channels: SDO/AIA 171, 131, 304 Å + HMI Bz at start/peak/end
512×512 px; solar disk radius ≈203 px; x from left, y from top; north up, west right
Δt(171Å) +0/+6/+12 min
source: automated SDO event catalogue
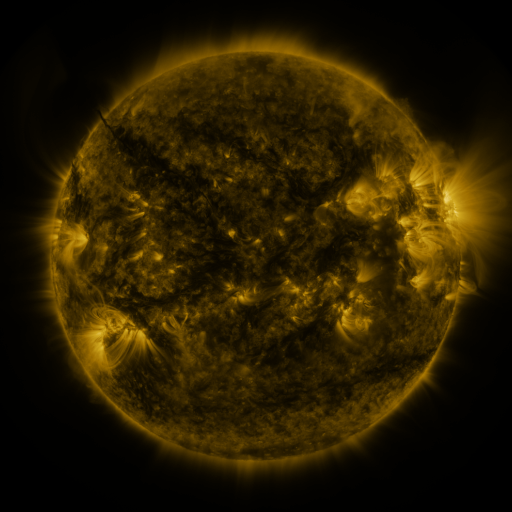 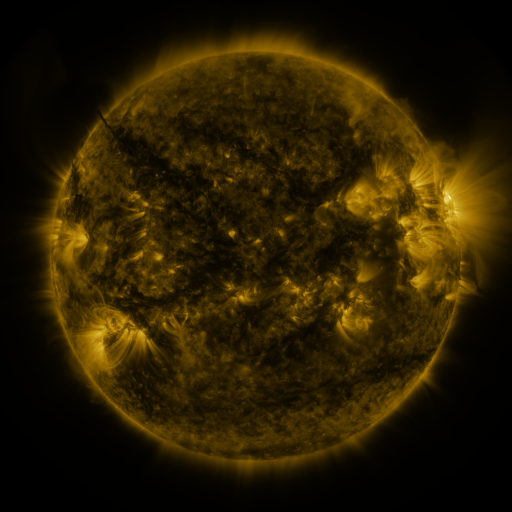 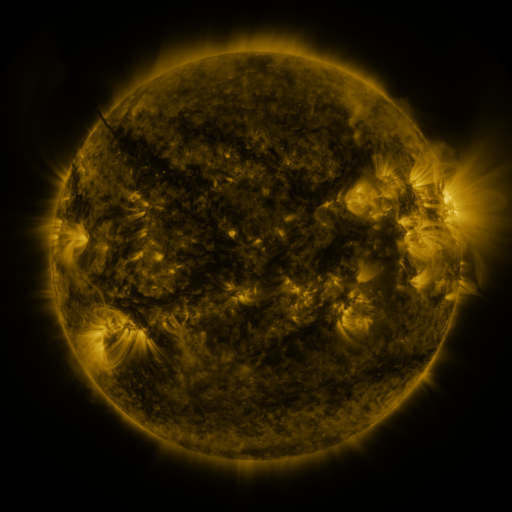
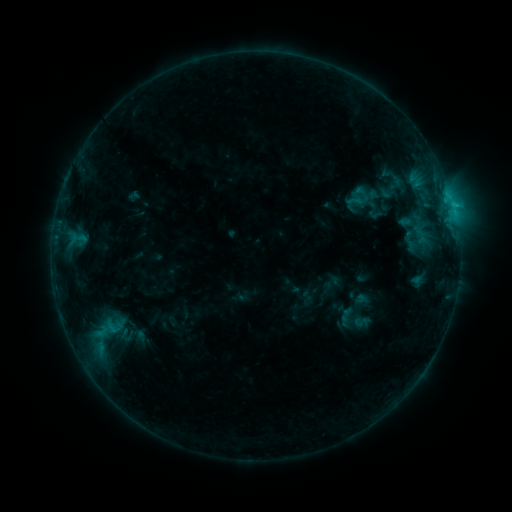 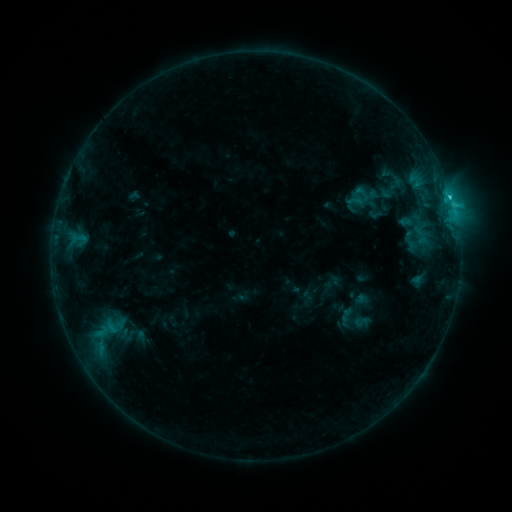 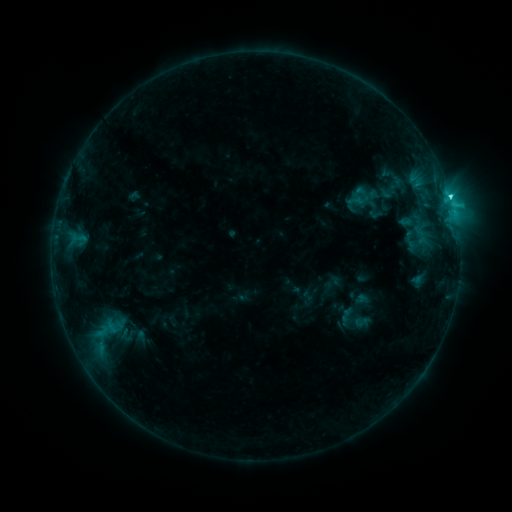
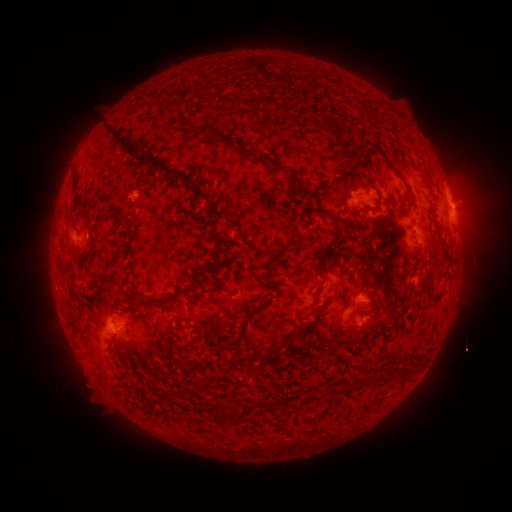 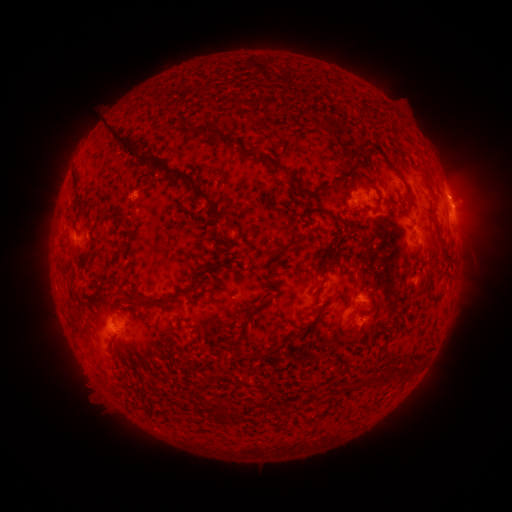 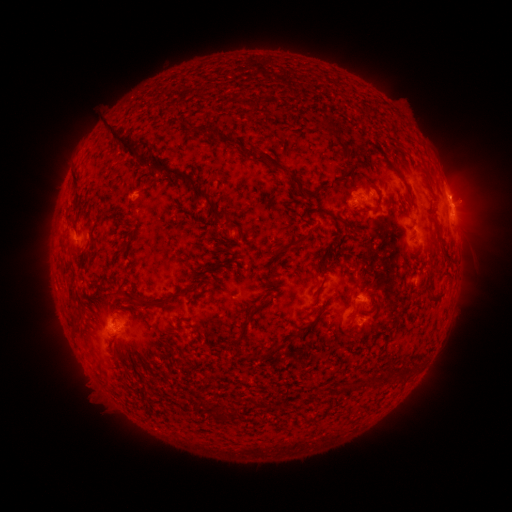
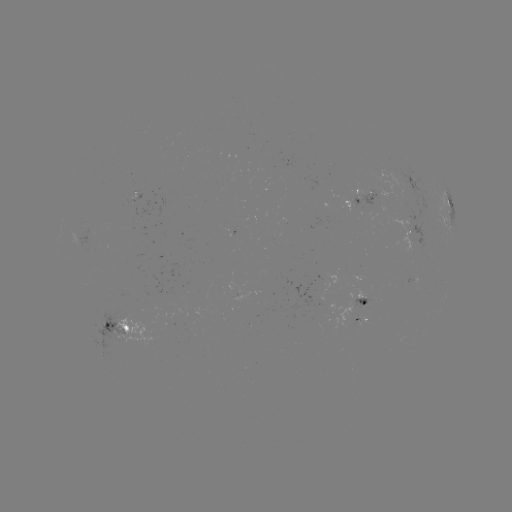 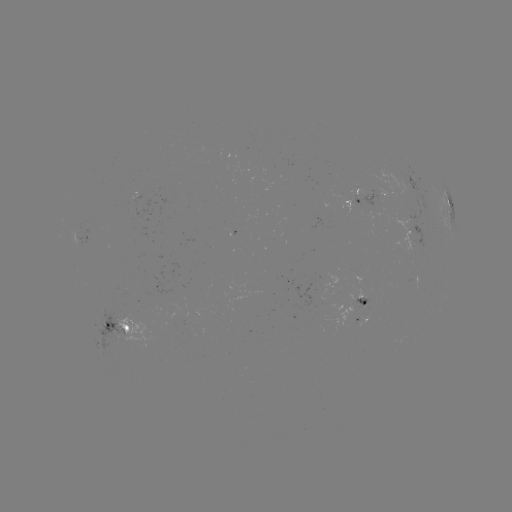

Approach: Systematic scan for C2.2 flare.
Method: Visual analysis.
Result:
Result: C2.2 flare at (449, 200).